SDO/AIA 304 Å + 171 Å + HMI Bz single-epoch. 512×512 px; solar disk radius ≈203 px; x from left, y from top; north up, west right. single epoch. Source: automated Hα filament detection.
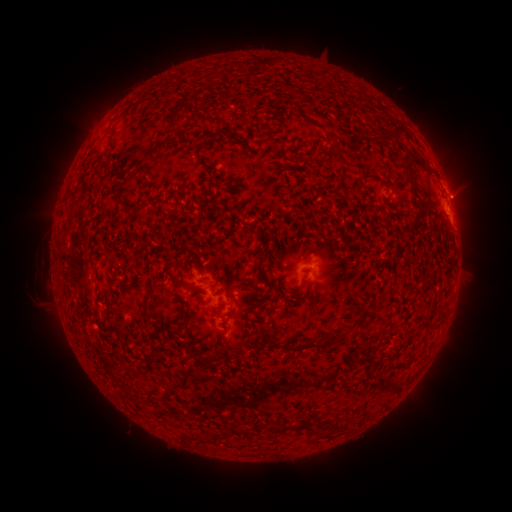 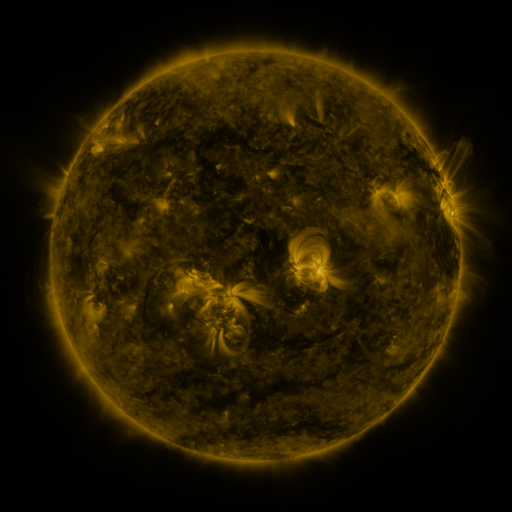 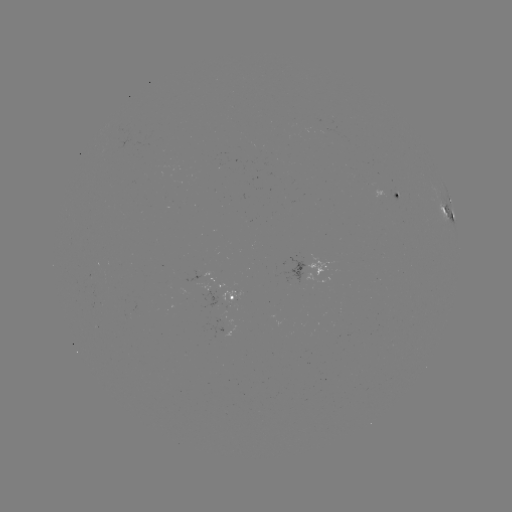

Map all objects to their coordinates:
filament: (177, 115)
filament: (409, 166)
filament: (410, 182)
filament: (293, 289)
filament: (151, 293)
filament: (355, 322)
filament: (309, 346)
filament: (199, 361)
filament: (175, 385)
